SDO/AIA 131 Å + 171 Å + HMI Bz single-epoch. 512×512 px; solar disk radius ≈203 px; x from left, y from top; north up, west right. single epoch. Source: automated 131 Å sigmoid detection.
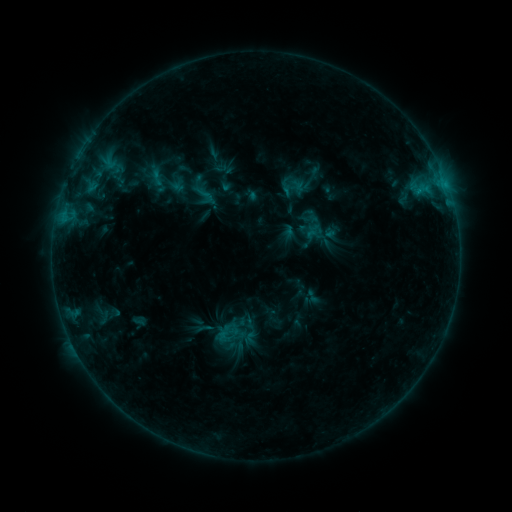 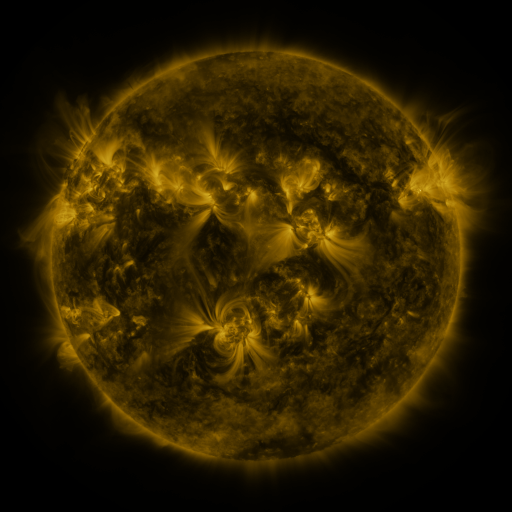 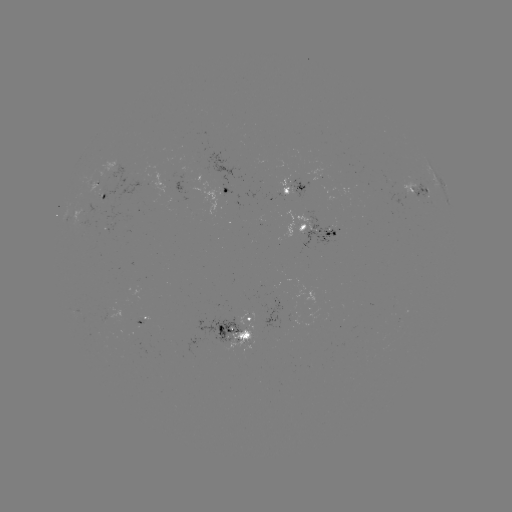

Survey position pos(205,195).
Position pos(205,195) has sigmoid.